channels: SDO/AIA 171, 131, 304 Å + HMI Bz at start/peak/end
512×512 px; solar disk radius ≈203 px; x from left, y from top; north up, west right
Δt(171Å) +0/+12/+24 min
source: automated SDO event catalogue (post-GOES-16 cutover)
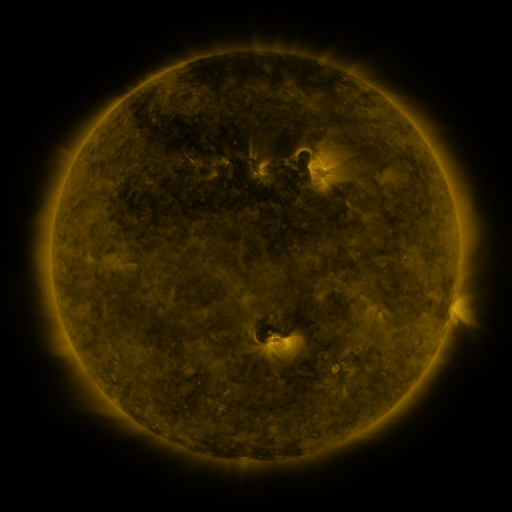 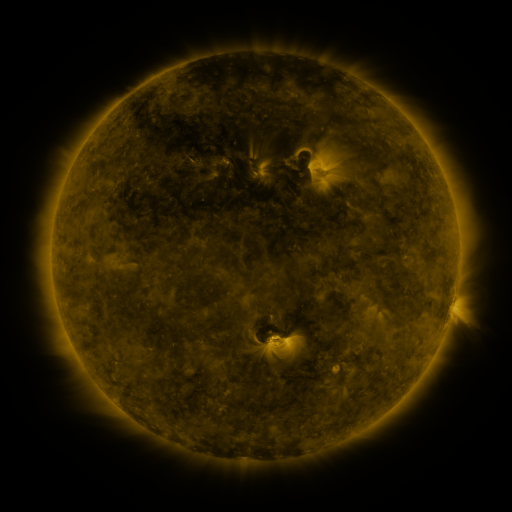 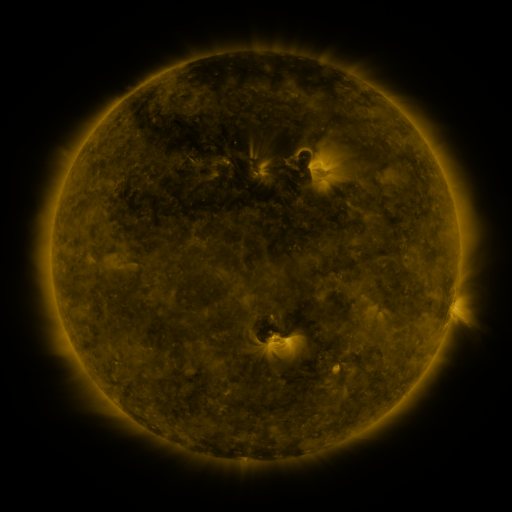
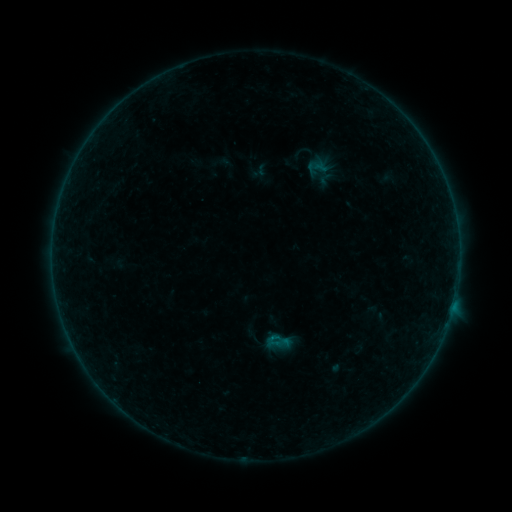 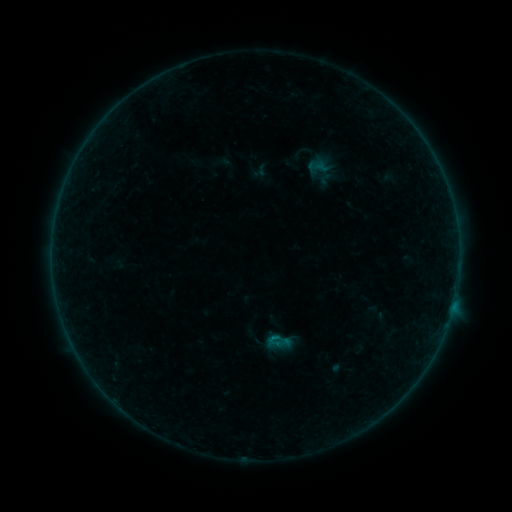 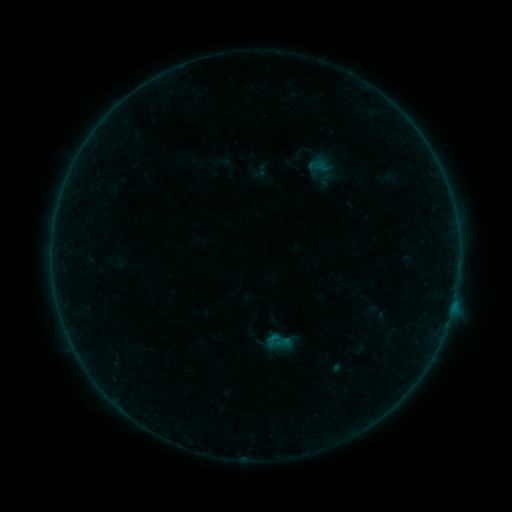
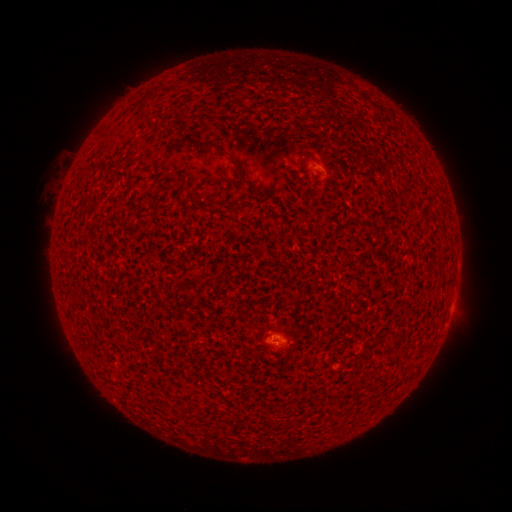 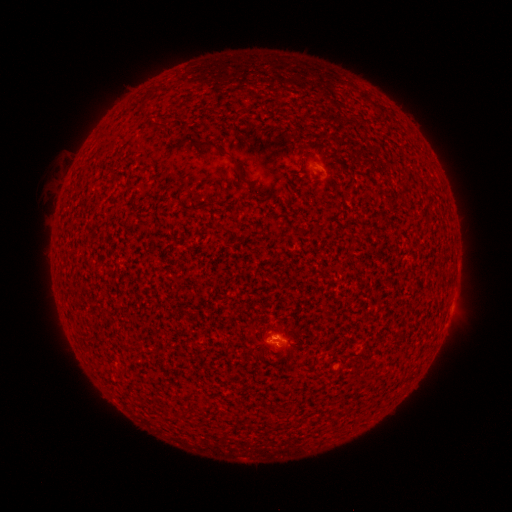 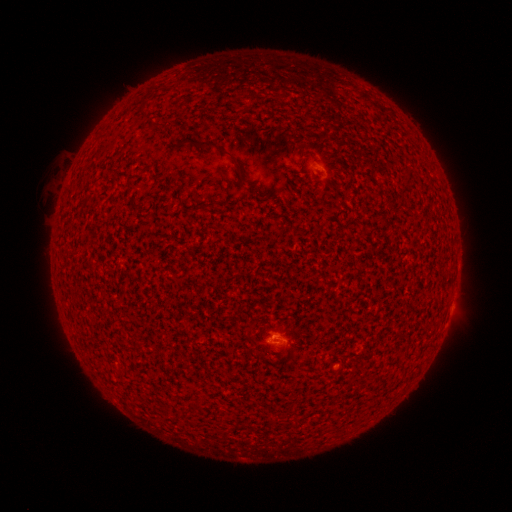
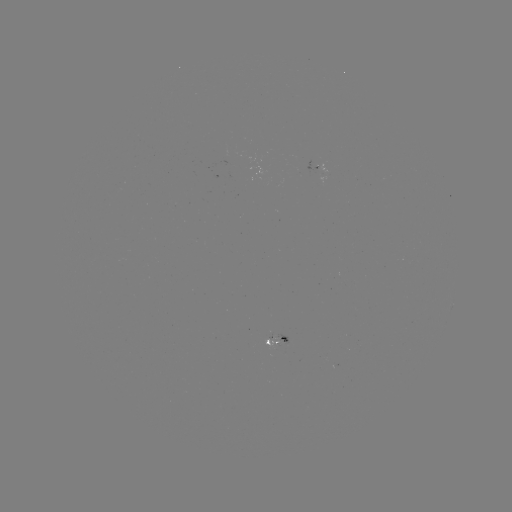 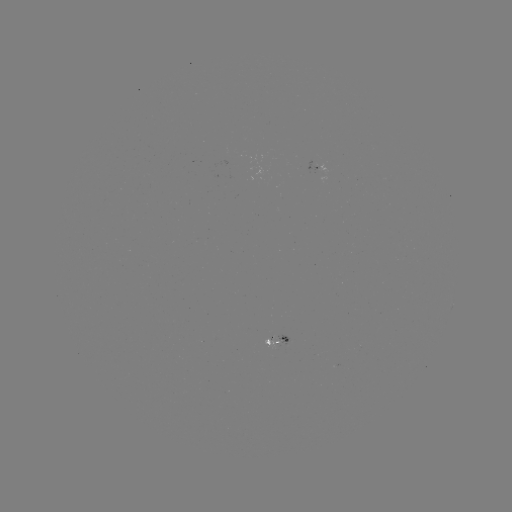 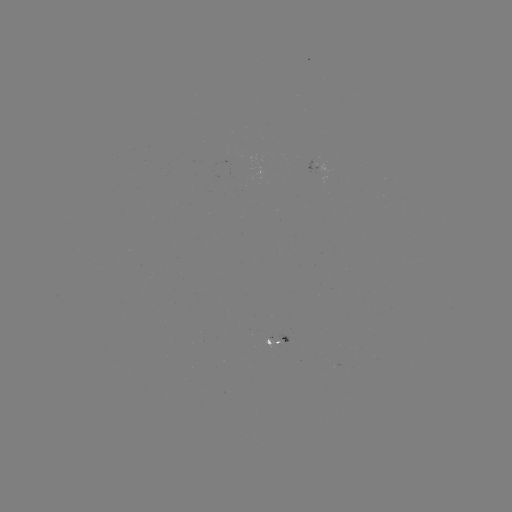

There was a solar flare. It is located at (272, 335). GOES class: B1.2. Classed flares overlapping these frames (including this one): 1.